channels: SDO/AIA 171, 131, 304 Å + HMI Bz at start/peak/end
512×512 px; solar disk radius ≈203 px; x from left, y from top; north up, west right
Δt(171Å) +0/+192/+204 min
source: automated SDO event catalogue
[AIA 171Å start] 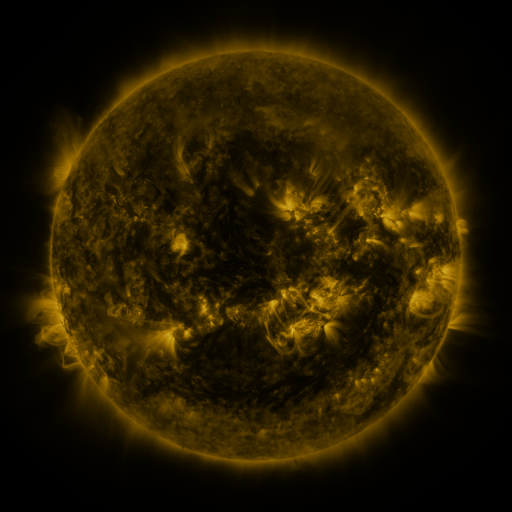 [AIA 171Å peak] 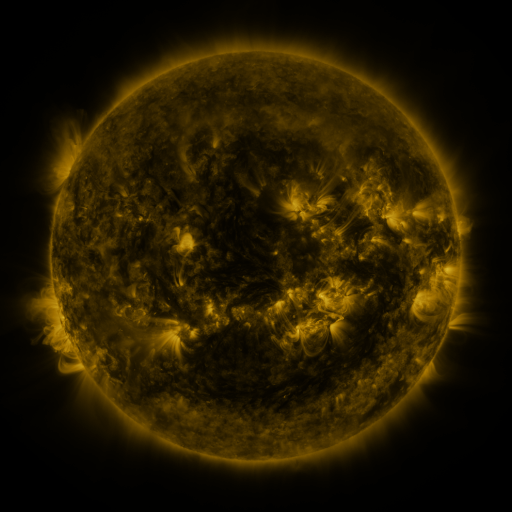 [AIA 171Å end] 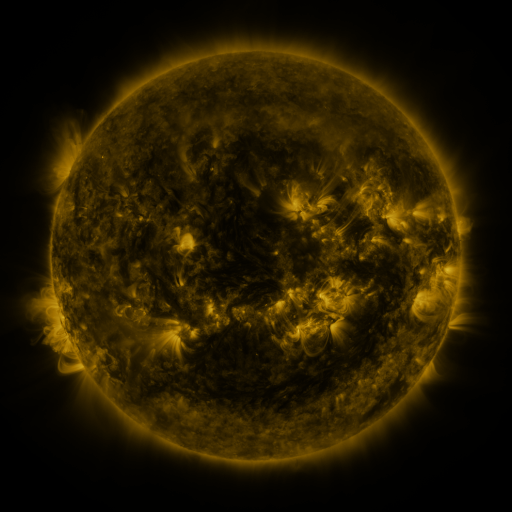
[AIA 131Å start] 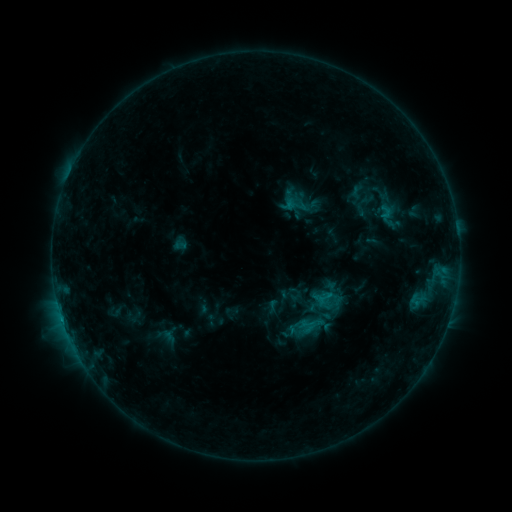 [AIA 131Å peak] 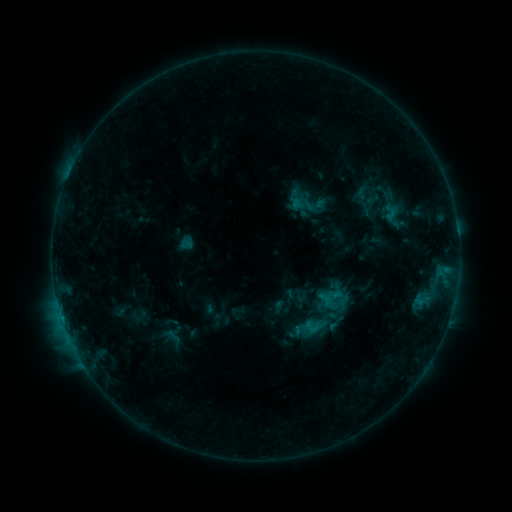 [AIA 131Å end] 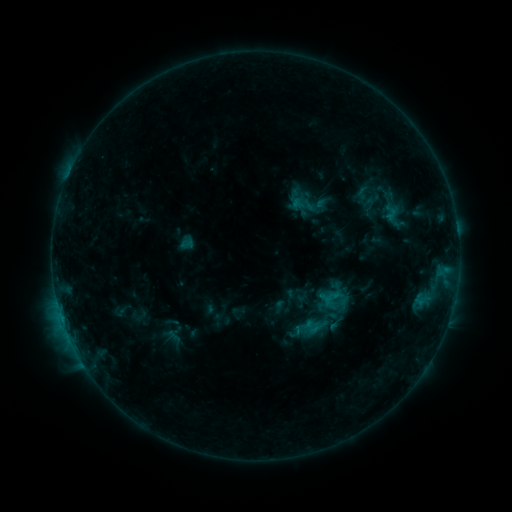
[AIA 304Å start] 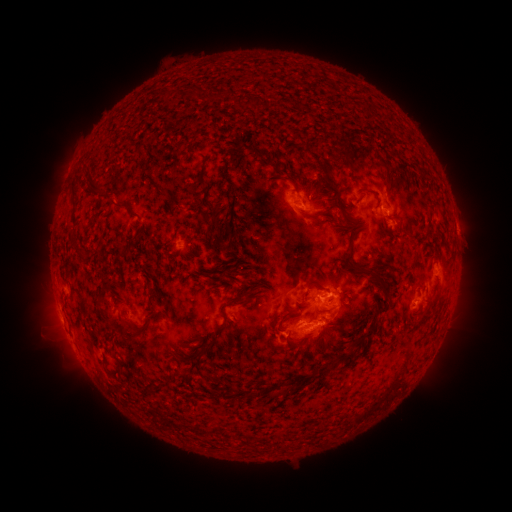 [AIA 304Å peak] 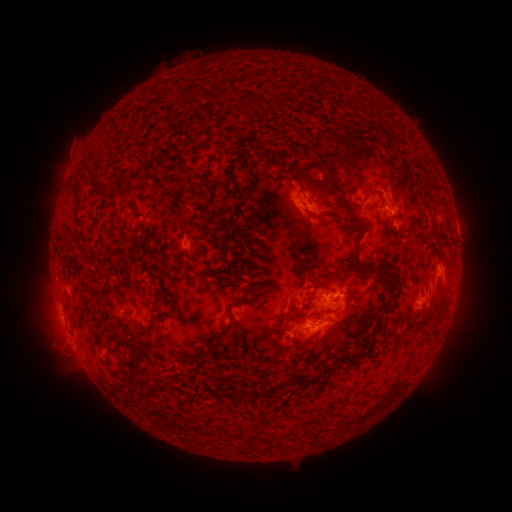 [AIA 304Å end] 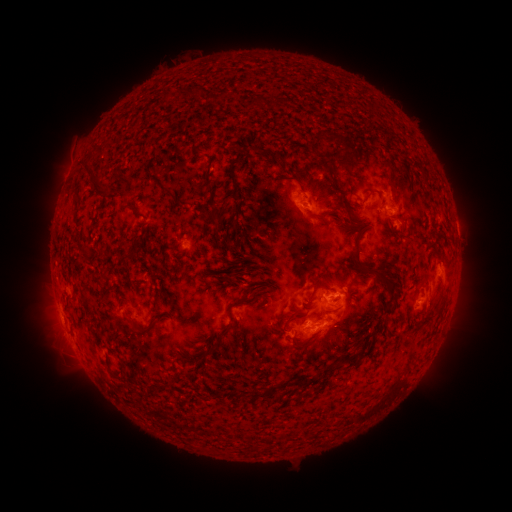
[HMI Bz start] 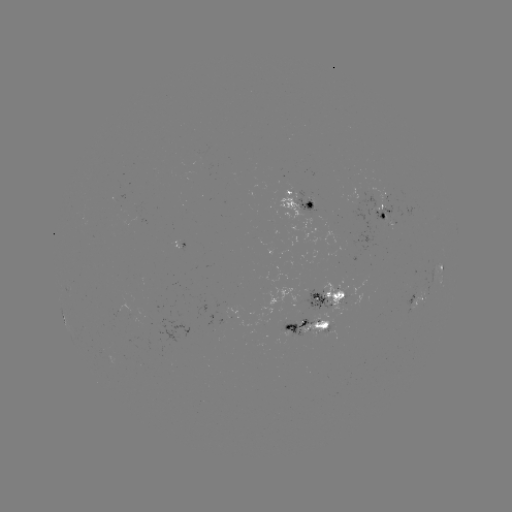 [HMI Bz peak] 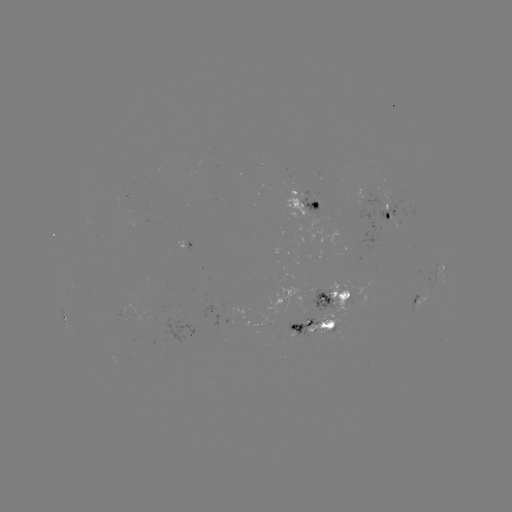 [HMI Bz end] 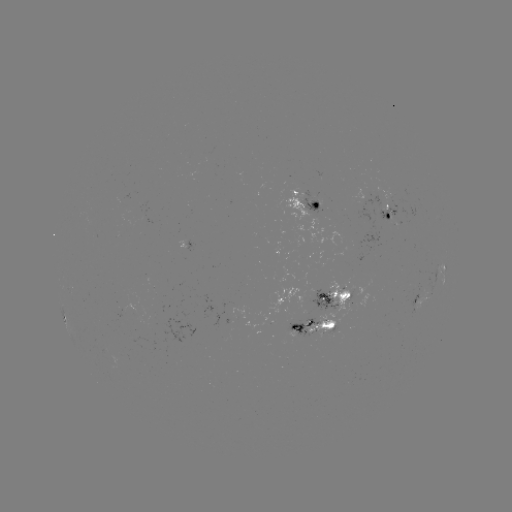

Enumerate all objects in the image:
emerging-flux region: (311, 202)
